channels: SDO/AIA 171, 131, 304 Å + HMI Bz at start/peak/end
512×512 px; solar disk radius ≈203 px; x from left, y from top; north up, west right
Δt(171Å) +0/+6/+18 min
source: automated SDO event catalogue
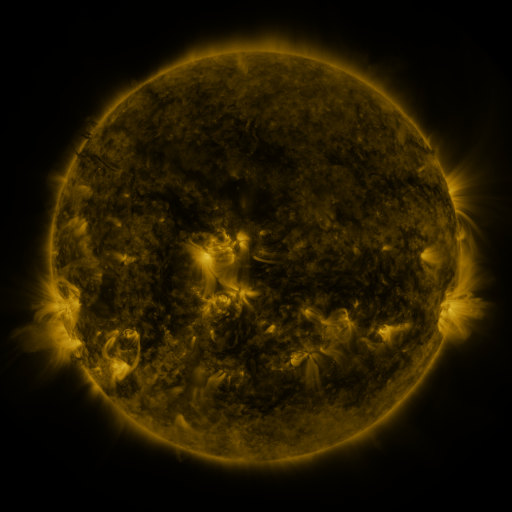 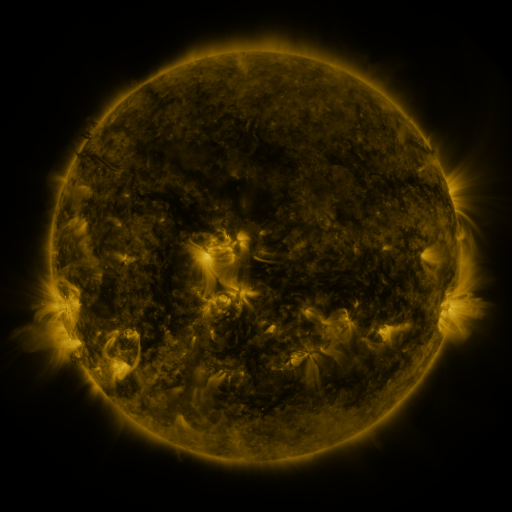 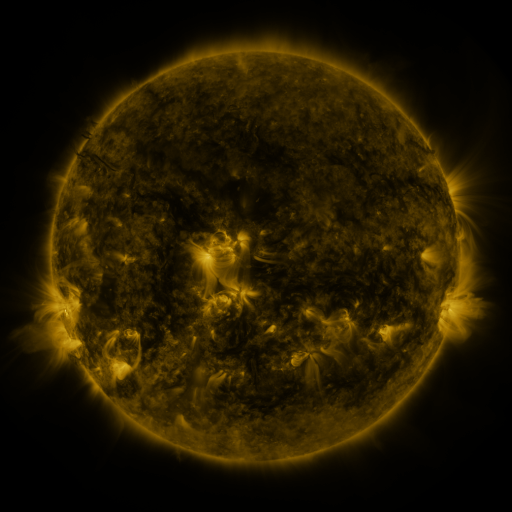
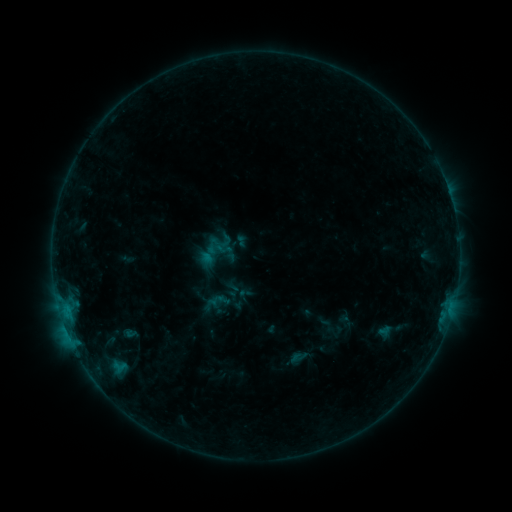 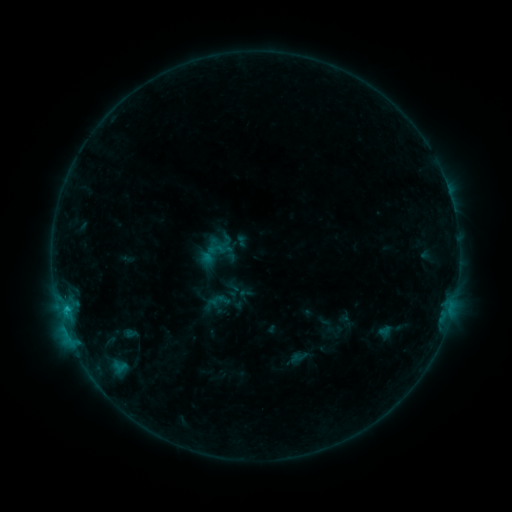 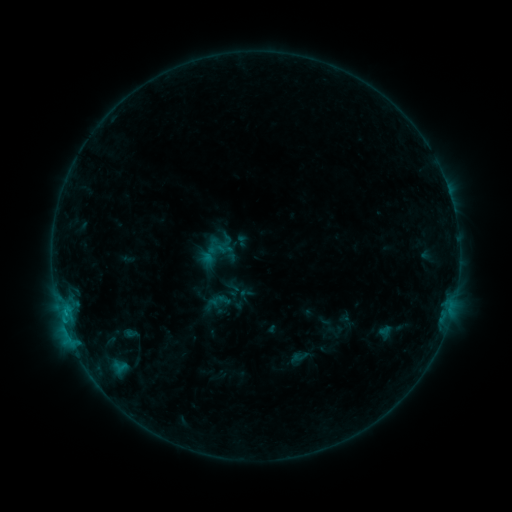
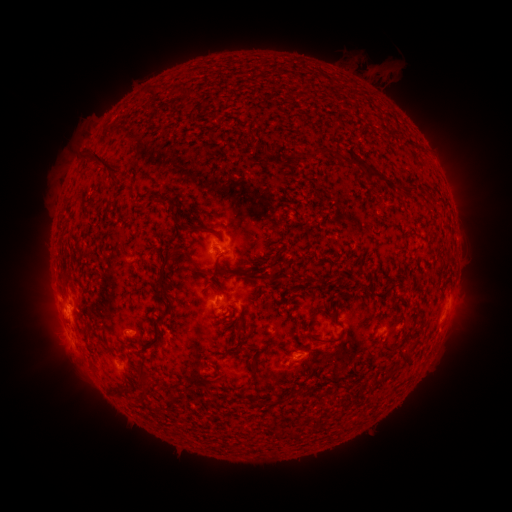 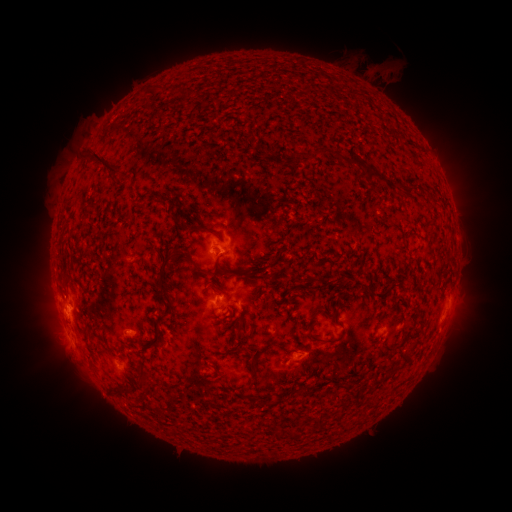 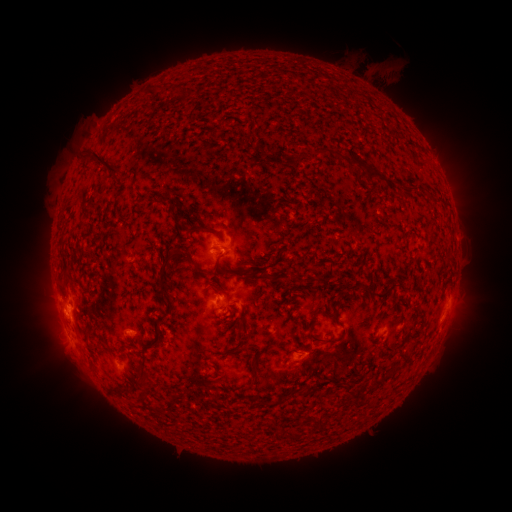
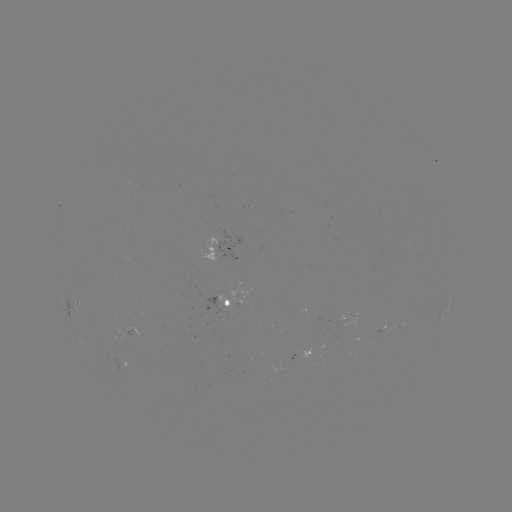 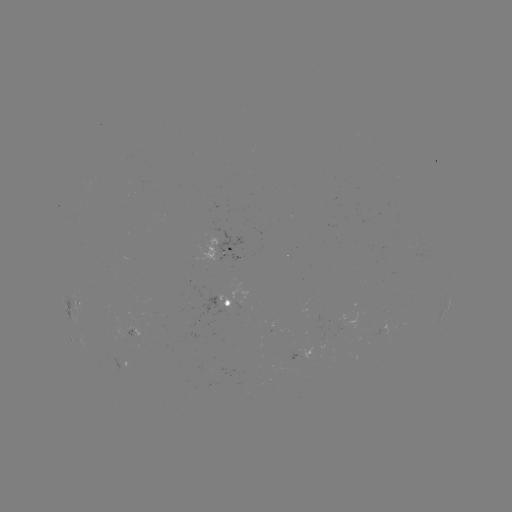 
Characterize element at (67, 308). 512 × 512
C1.0 flare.